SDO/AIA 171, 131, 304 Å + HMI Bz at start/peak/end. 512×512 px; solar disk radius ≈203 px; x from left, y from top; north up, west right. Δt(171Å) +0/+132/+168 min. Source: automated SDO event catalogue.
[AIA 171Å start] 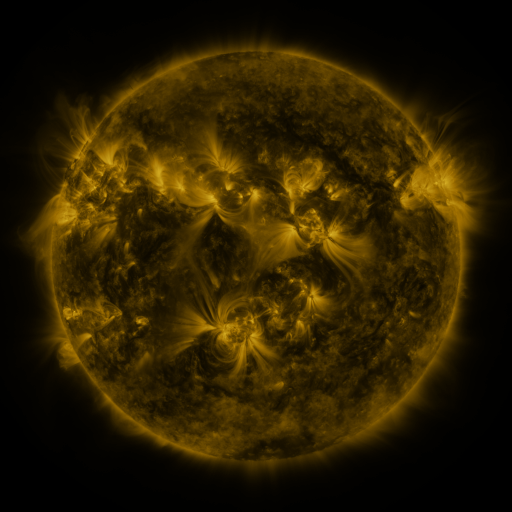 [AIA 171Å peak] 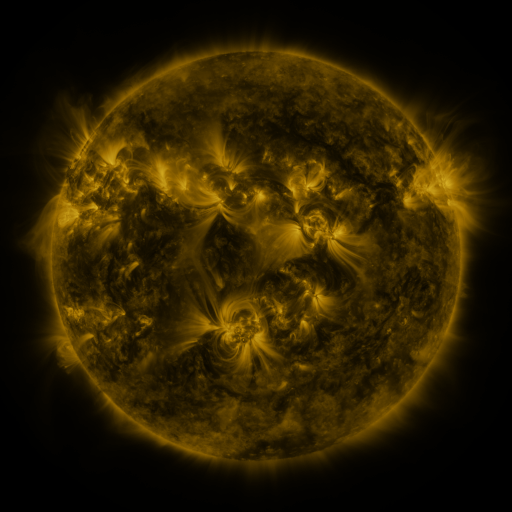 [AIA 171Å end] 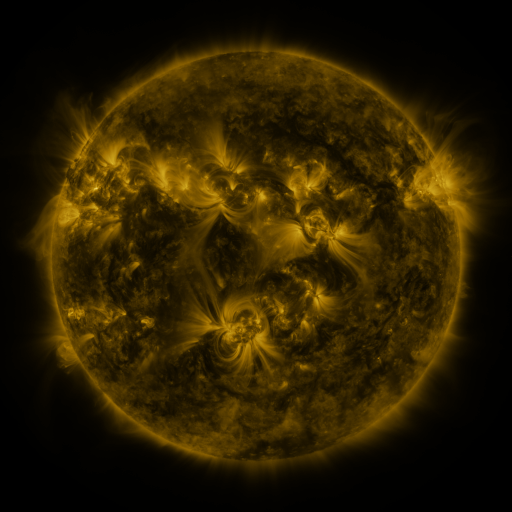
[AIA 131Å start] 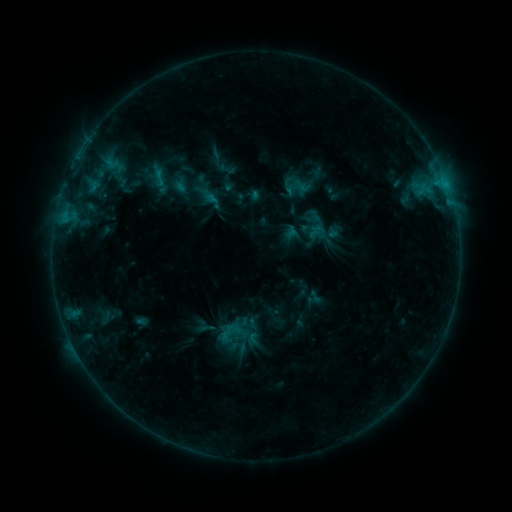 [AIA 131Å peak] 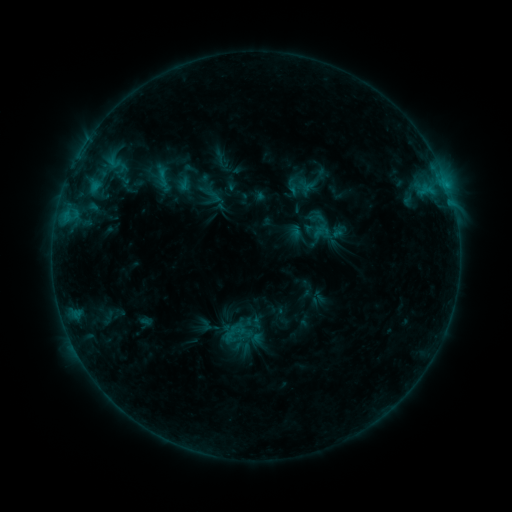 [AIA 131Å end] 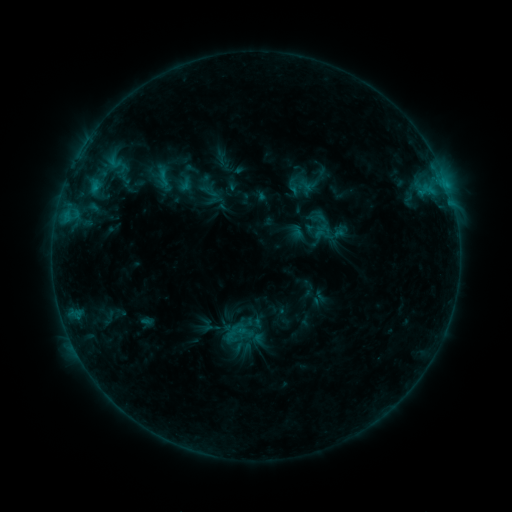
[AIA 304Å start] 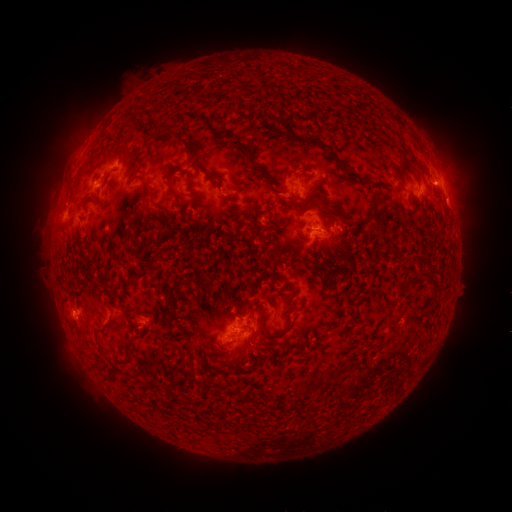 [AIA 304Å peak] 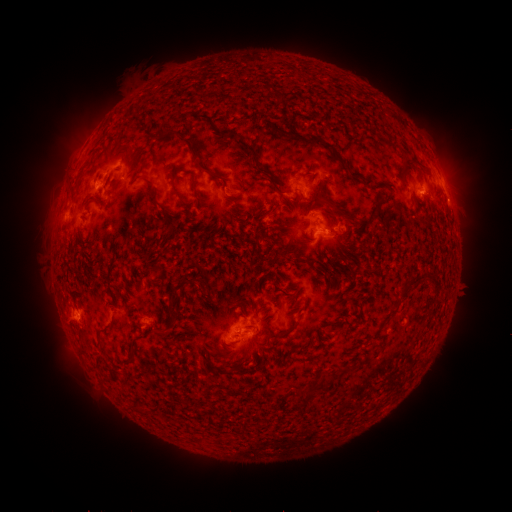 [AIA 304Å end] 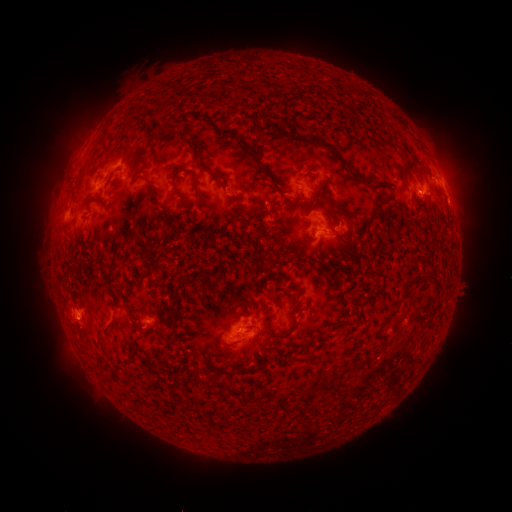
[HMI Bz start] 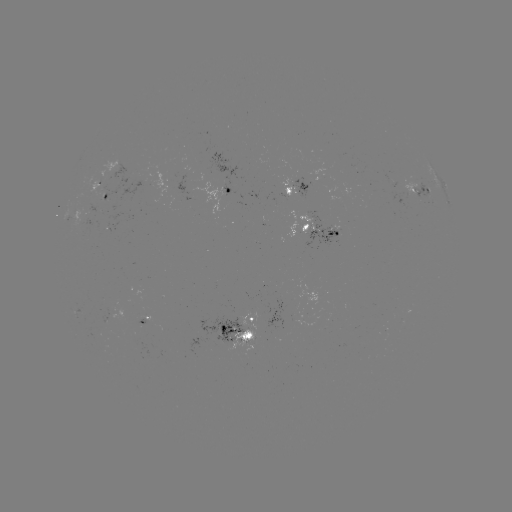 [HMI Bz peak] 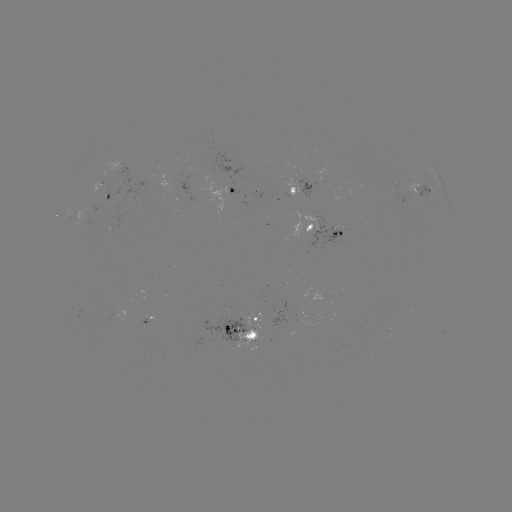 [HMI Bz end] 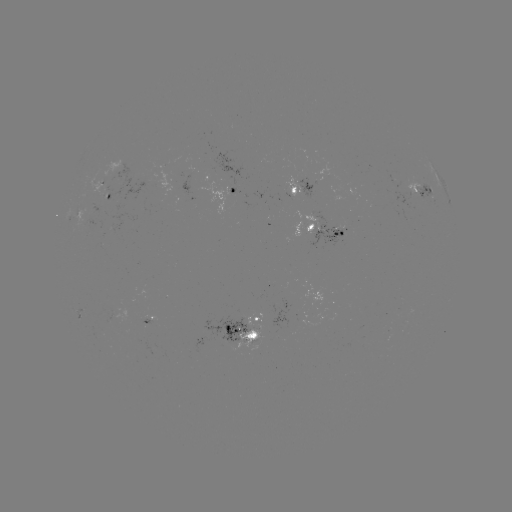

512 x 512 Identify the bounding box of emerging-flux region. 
[90, 180, 110, 196].